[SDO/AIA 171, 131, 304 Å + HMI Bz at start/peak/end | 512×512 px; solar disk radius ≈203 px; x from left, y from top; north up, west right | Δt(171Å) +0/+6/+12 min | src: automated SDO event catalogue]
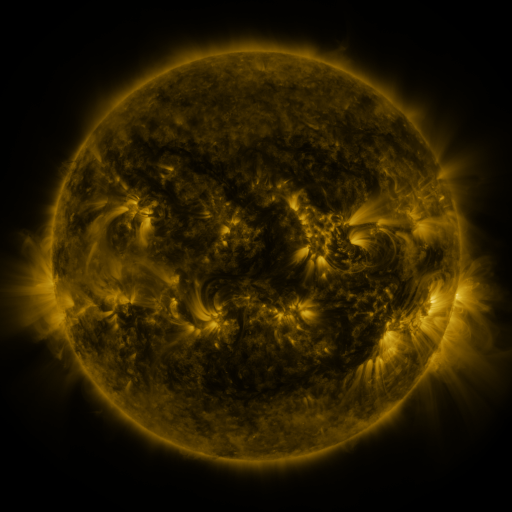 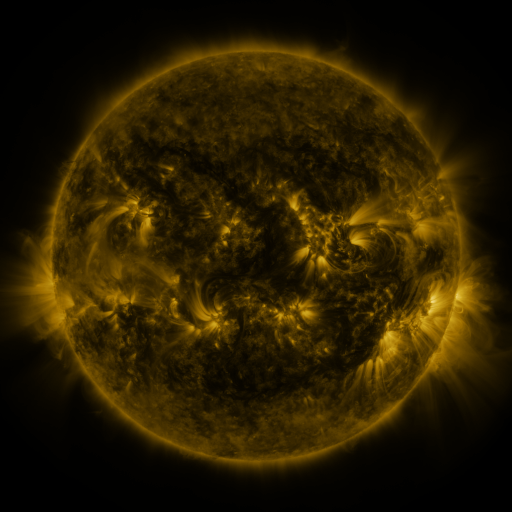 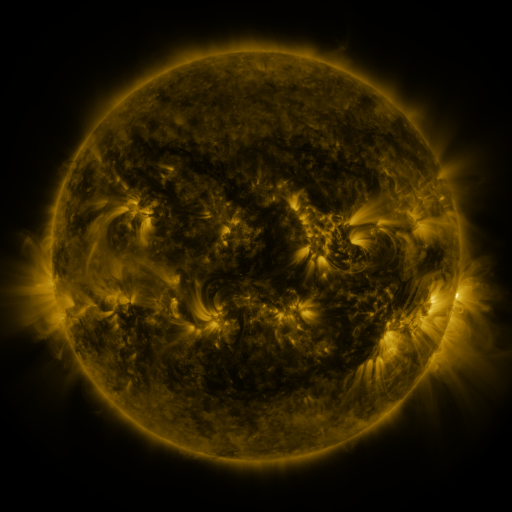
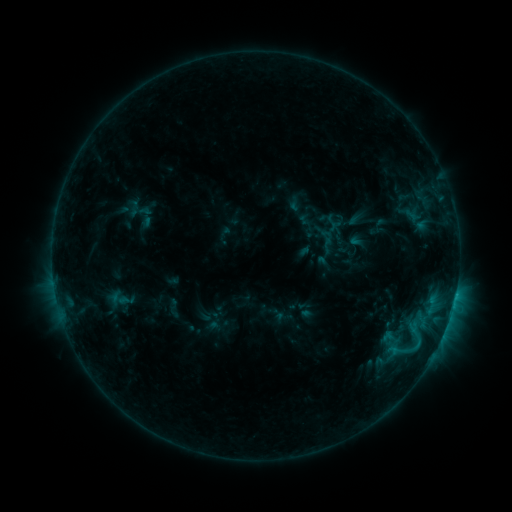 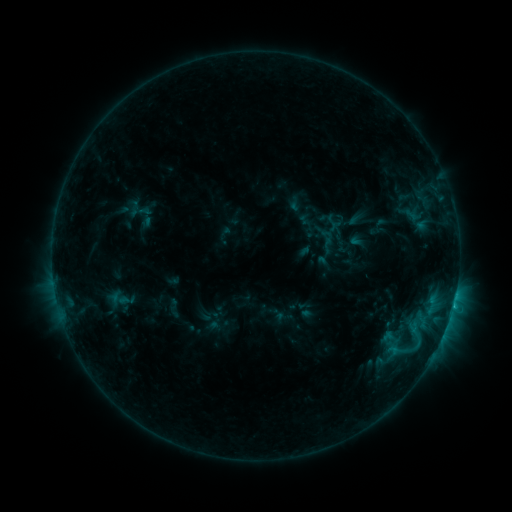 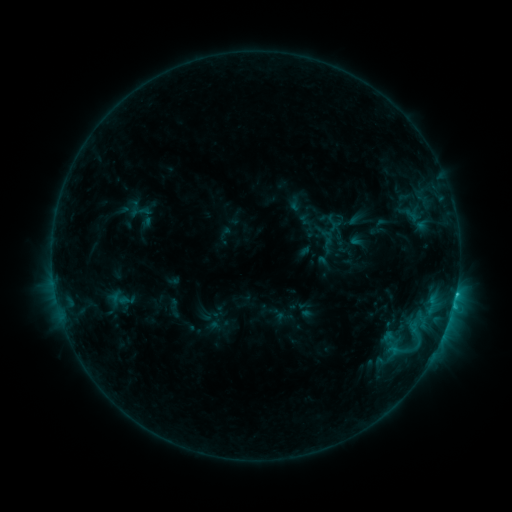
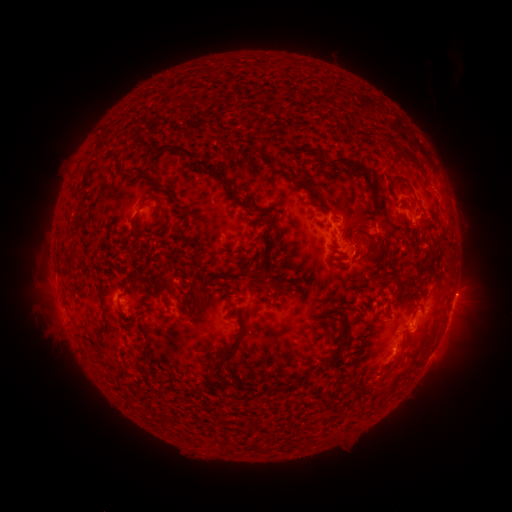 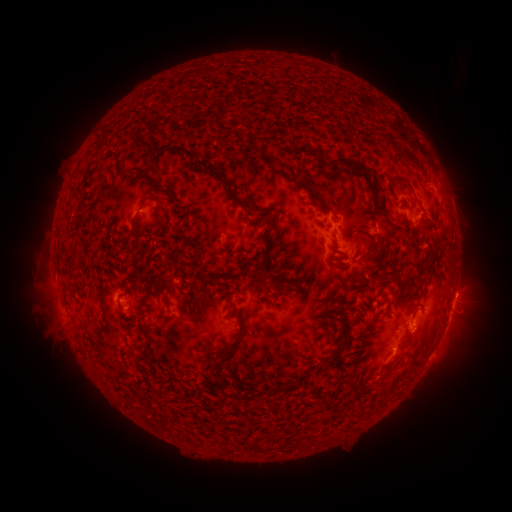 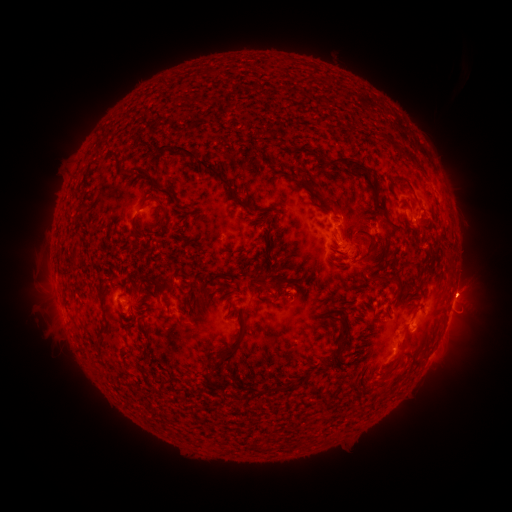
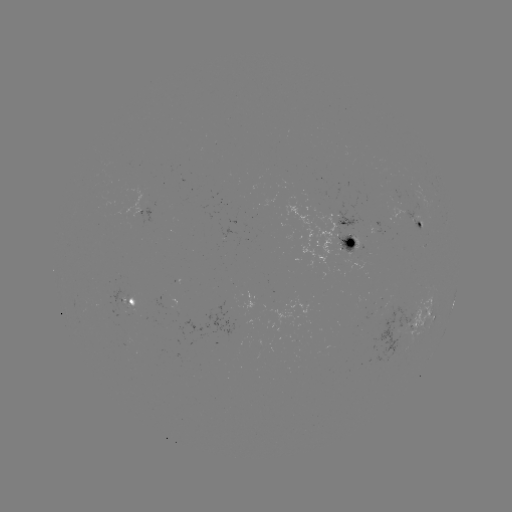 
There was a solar eruption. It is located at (471, 288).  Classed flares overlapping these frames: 1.